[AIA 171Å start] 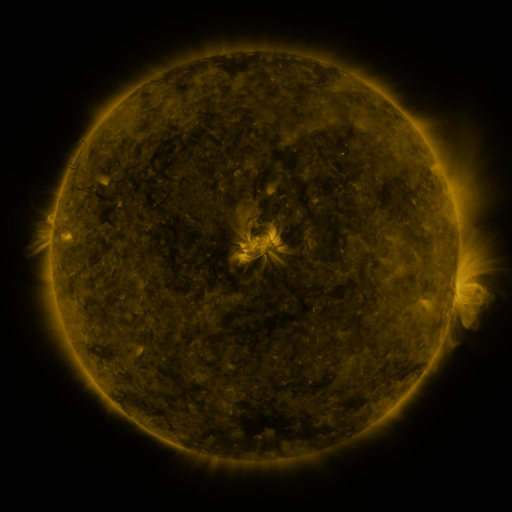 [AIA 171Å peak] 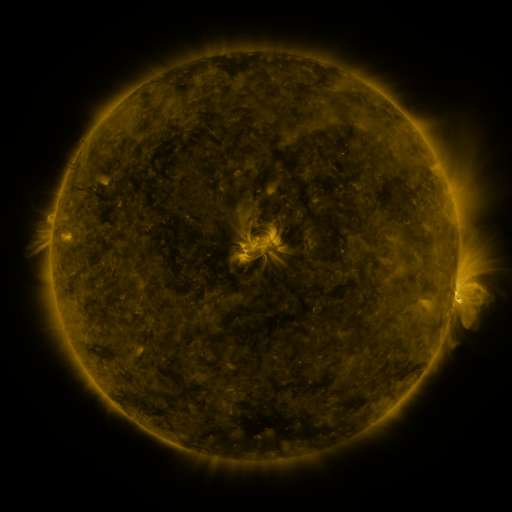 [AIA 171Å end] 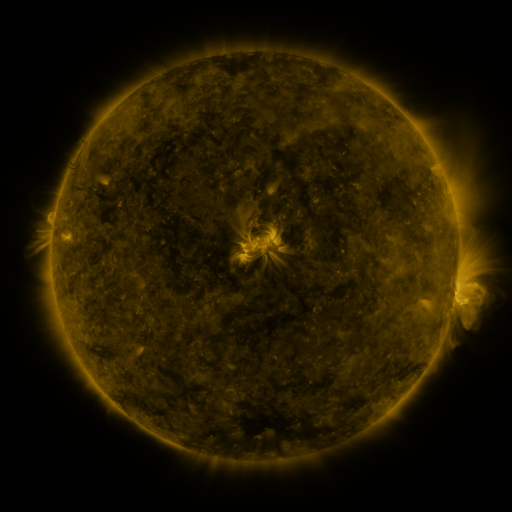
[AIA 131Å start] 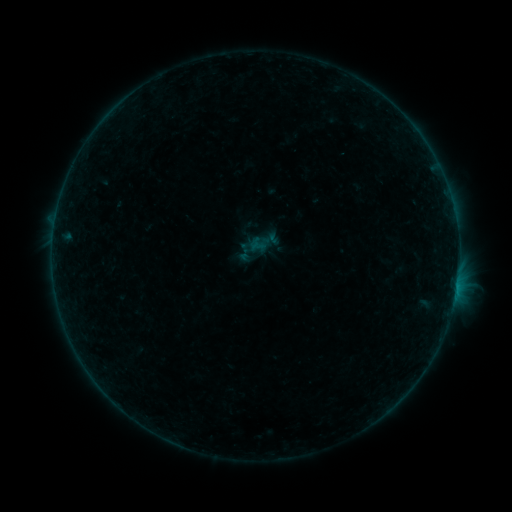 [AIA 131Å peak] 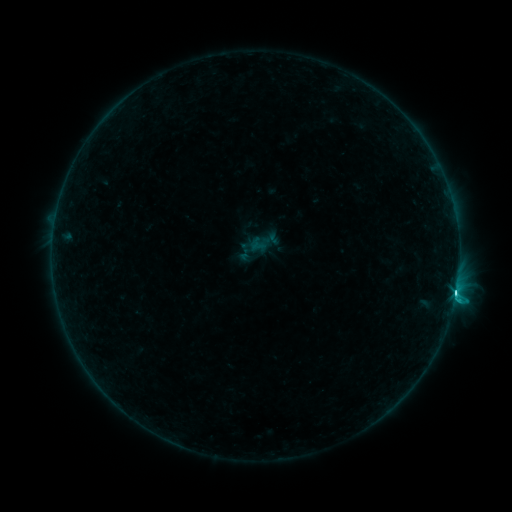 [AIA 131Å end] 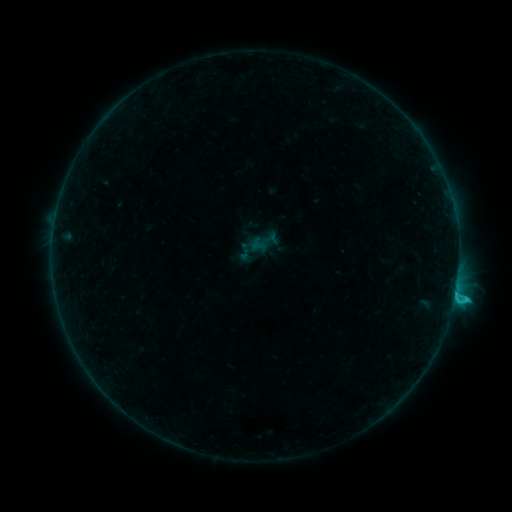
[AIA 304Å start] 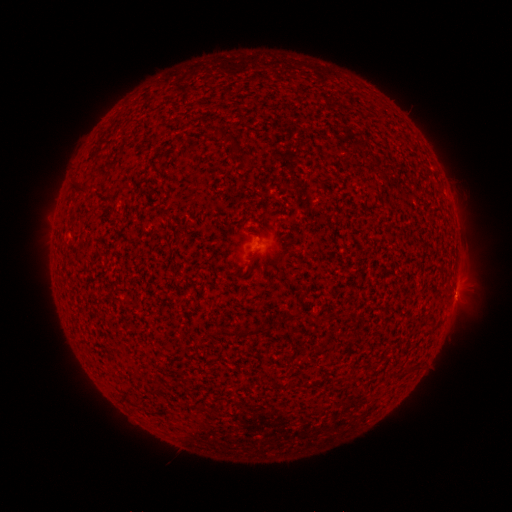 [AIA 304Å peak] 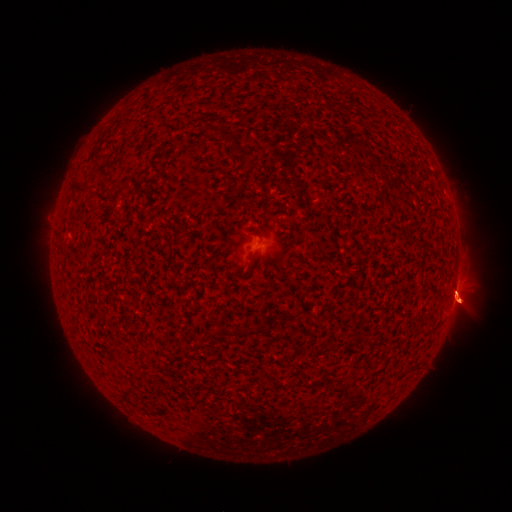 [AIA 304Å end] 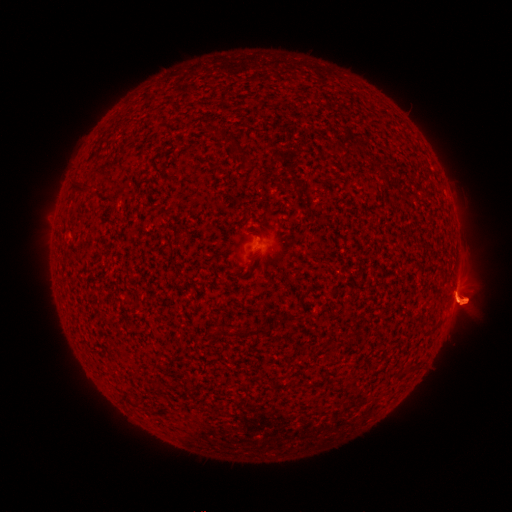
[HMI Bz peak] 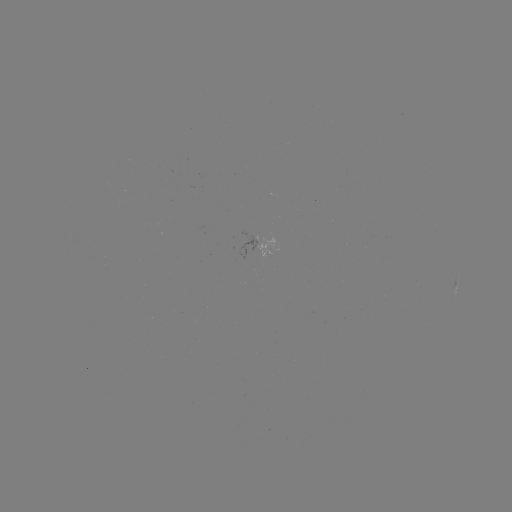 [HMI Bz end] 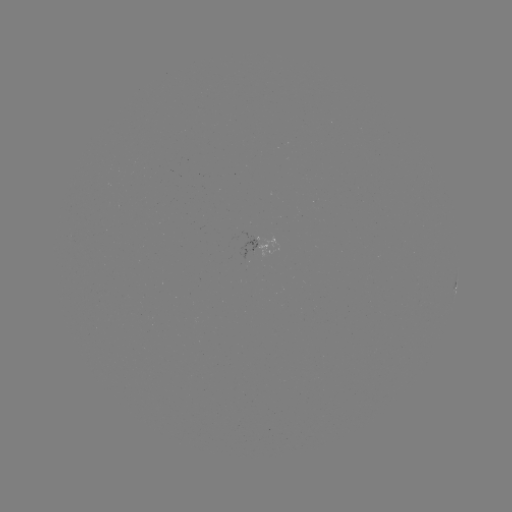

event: eruption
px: (458, 300)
